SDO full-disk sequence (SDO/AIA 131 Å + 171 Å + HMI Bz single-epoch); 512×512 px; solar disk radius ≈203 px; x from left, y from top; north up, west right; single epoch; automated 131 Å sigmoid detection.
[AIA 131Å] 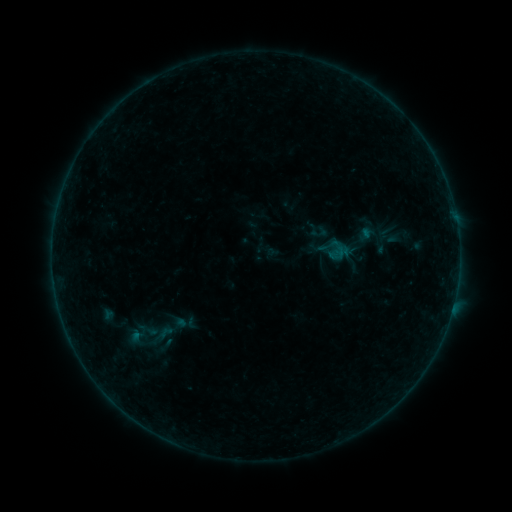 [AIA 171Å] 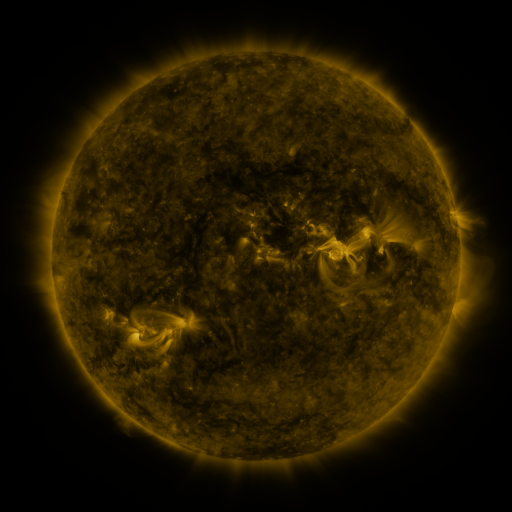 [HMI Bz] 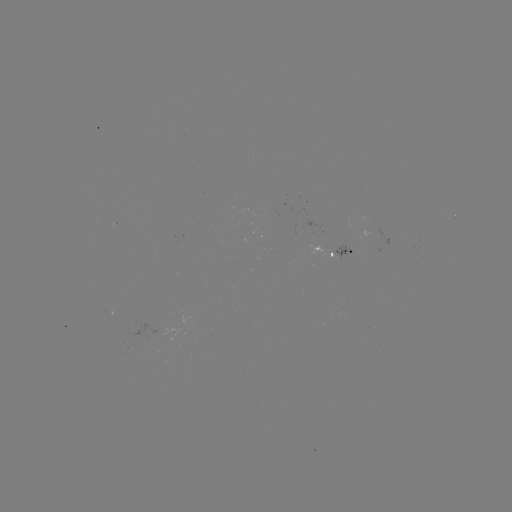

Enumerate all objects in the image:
sigmoid: [367, 230, 396, 254]
sigmoid: [153, 323, 177, 343]
